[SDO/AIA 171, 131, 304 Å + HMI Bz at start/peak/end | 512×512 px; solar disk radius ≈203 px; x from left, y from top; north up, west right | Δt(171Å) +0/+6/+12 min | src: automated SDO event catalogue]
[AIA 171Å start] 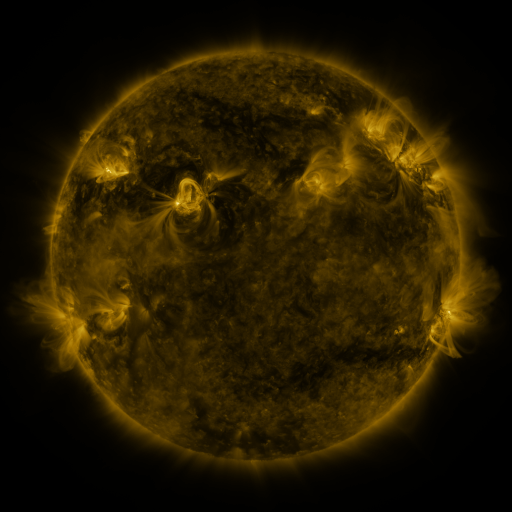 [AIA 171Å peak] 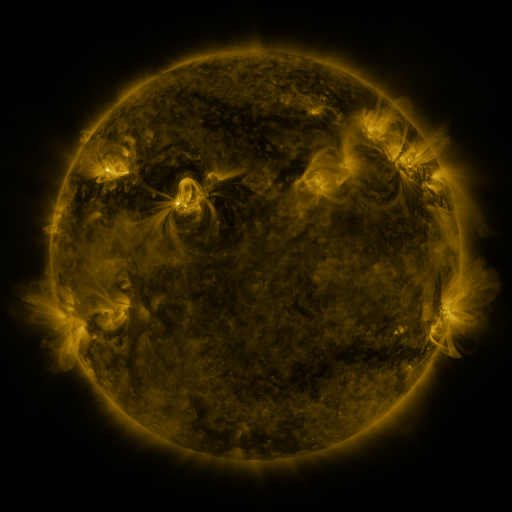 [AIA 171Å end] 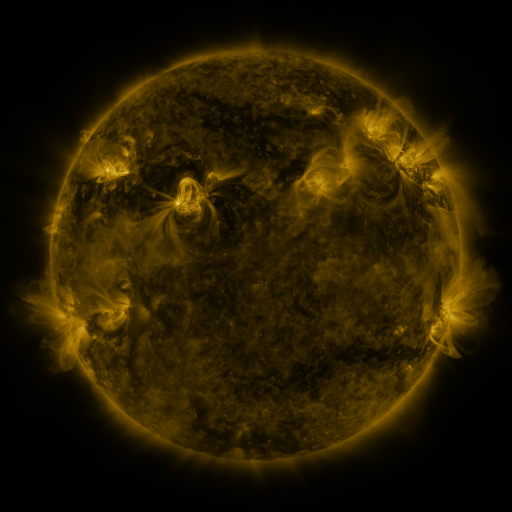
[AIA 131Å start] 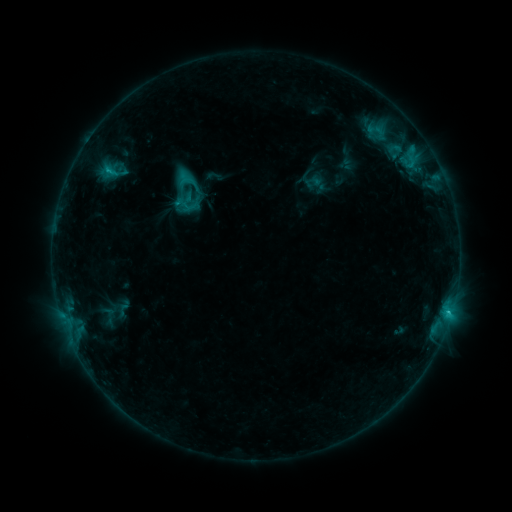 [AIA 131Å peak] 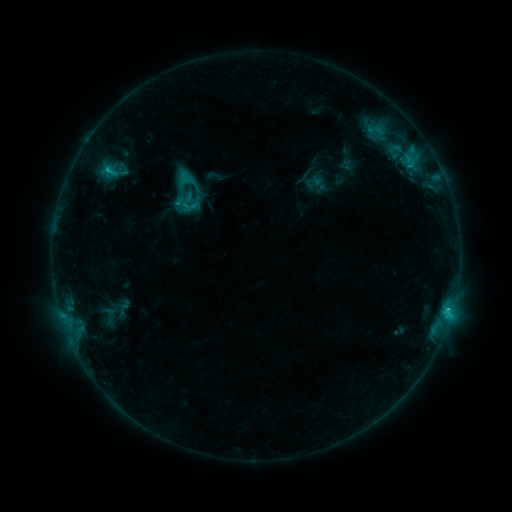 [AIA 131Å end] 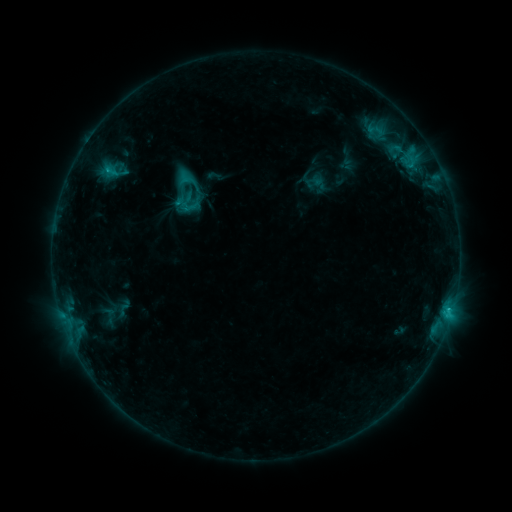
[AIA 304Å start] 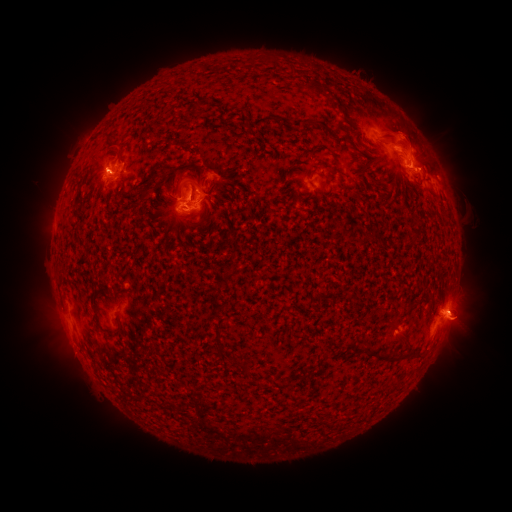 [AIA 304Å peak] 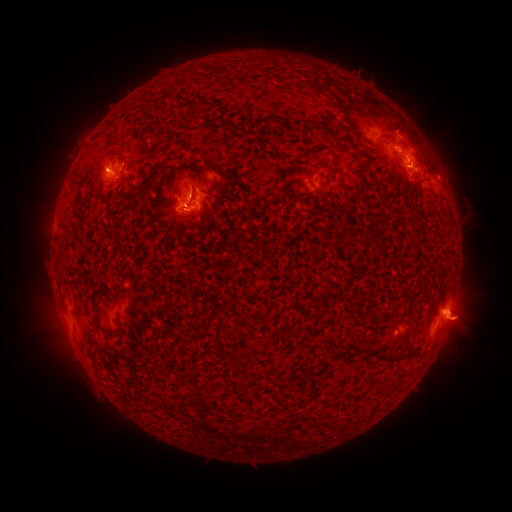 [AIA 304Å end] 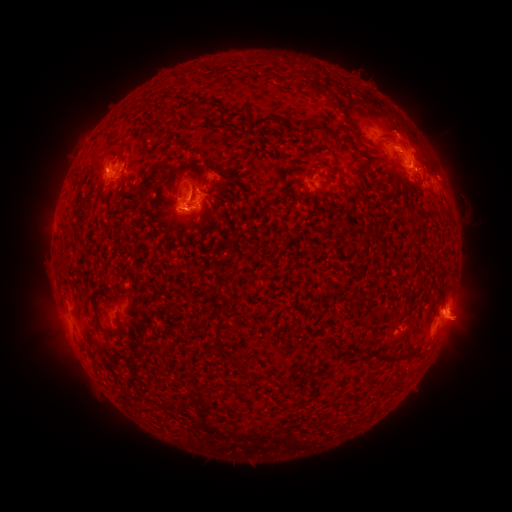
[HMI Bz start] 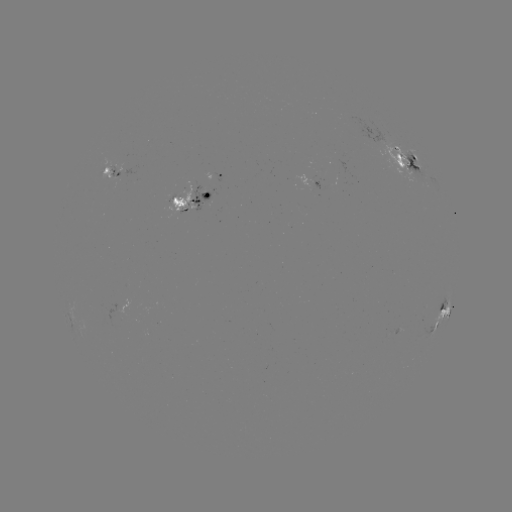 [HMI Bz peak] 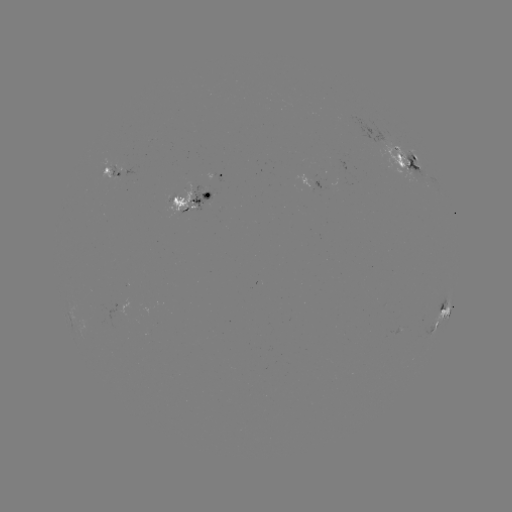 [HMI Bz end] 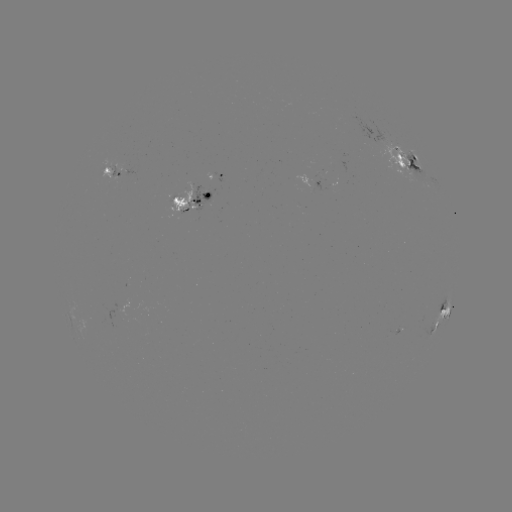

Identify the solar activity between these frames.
eruption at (404, 124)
